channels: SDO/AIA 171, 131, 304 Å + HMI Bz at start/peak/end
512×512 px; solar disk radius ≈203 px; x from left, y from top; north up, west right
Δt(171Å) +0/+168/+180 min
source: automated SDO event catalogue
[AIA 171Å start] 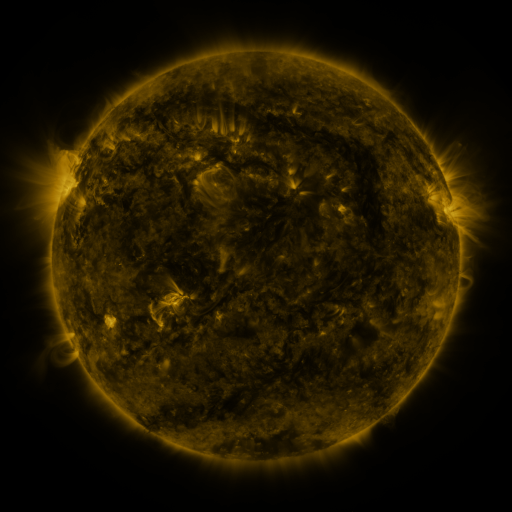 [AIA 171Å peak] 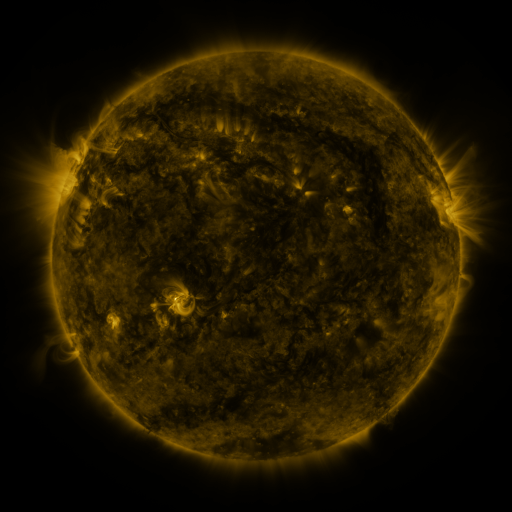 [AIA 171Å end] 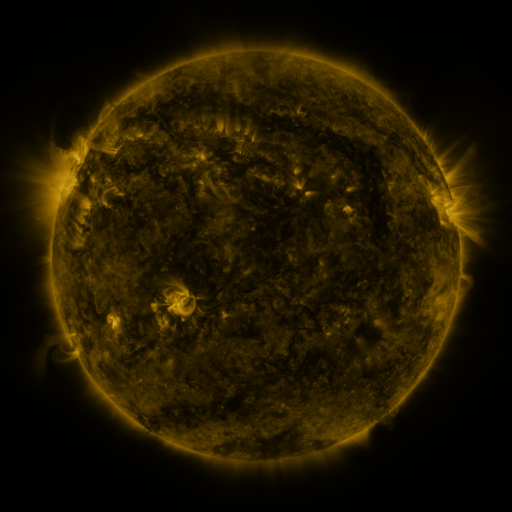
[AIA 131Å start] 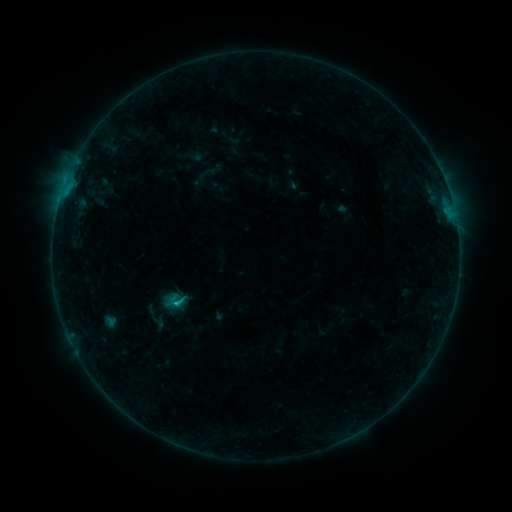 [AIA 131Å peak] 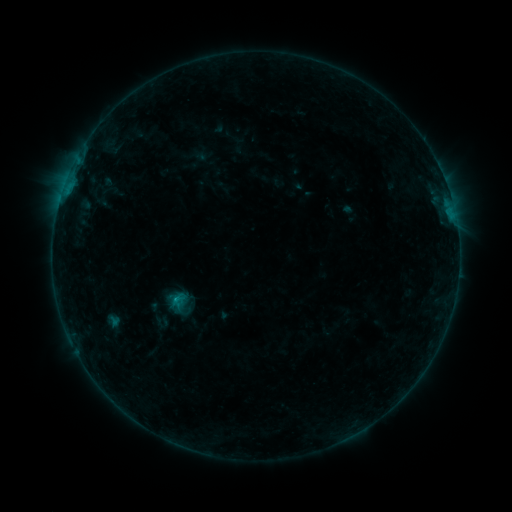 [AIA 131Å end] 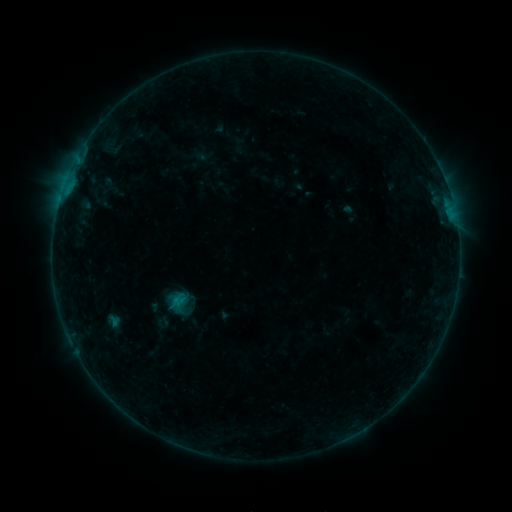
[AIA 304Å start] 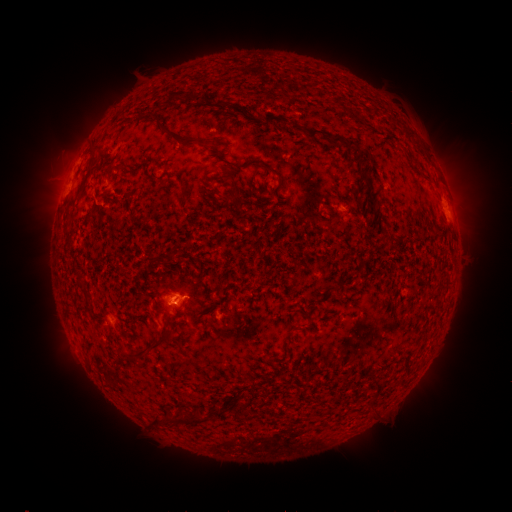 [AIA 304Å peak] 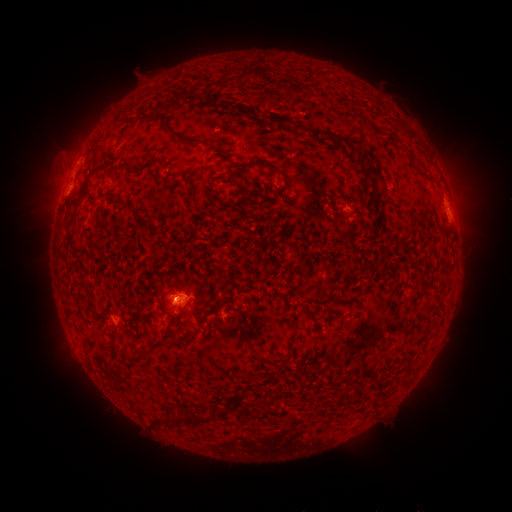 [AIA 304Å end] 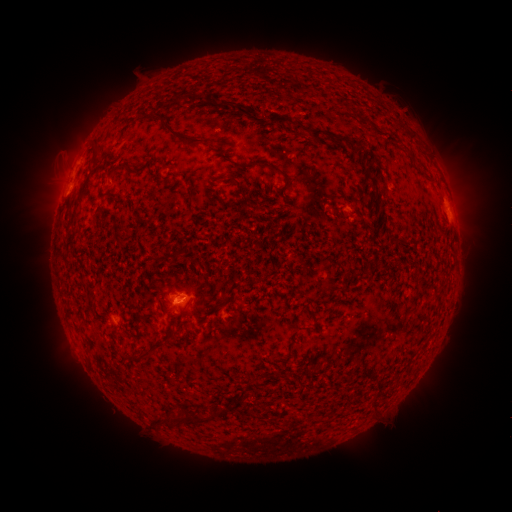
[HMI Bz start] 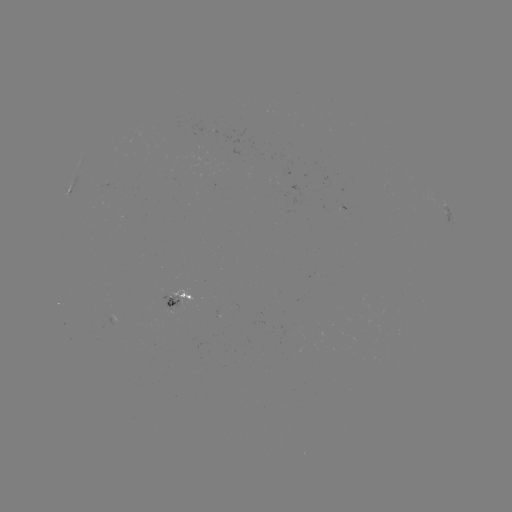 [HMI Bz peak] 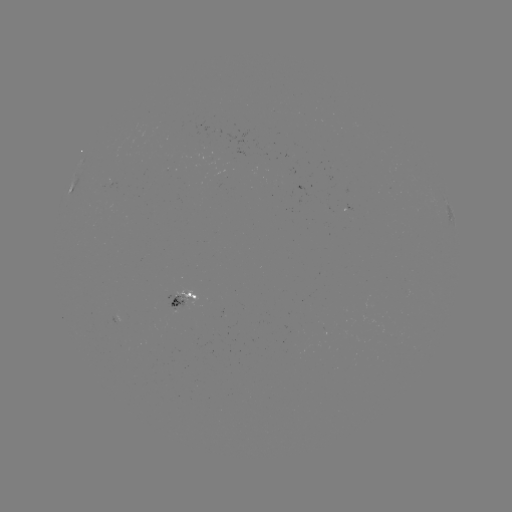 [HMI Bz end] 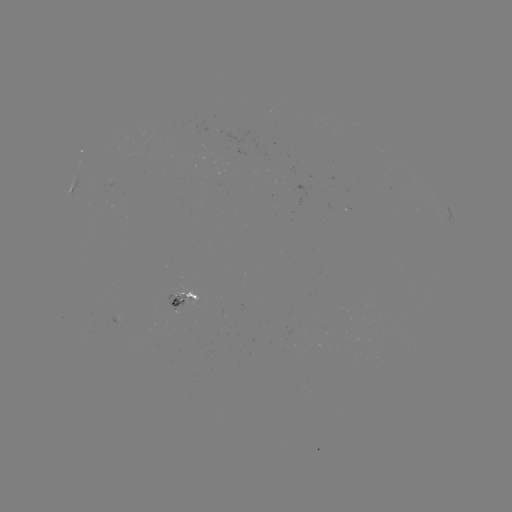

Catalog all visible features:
emerging-flux region: (175, 300)
